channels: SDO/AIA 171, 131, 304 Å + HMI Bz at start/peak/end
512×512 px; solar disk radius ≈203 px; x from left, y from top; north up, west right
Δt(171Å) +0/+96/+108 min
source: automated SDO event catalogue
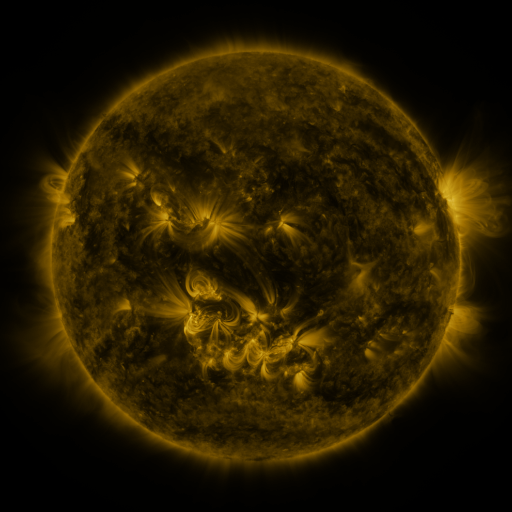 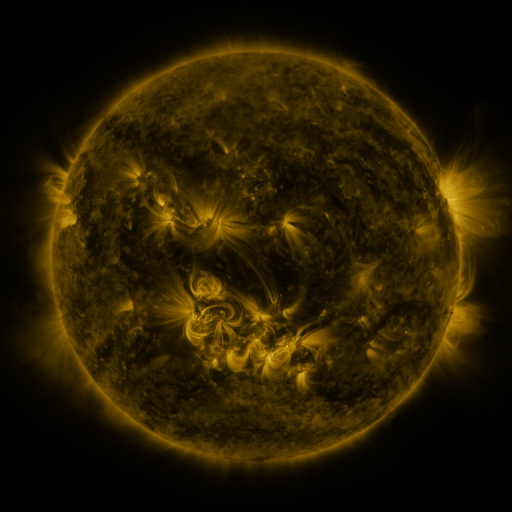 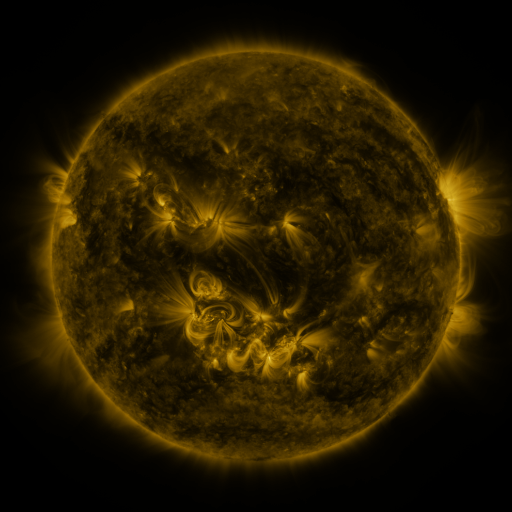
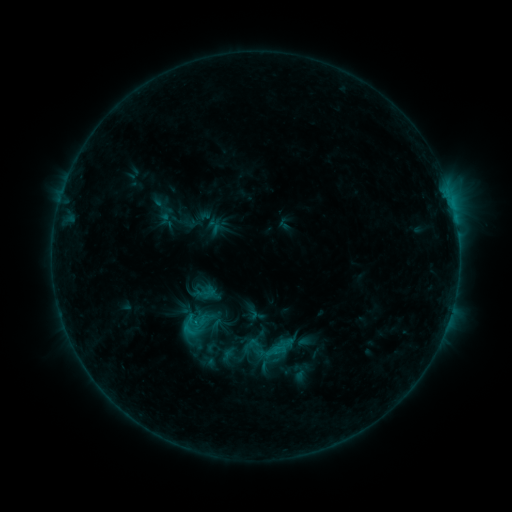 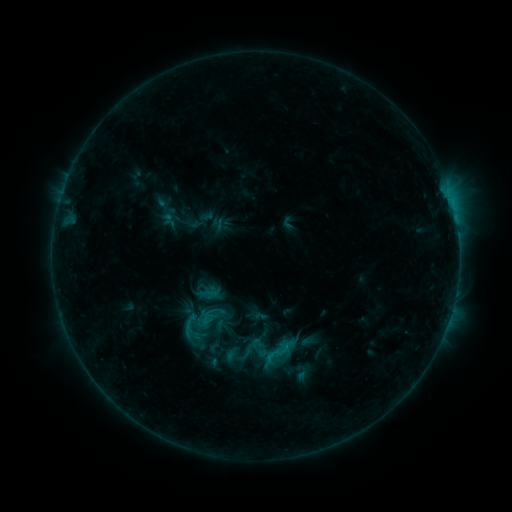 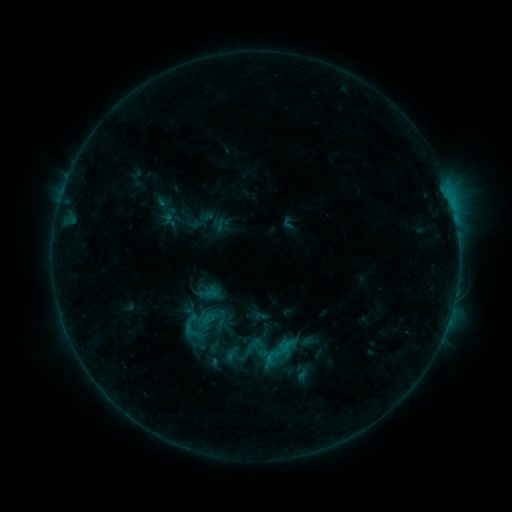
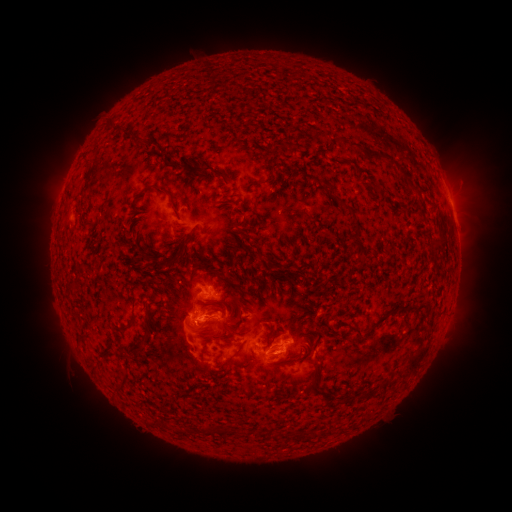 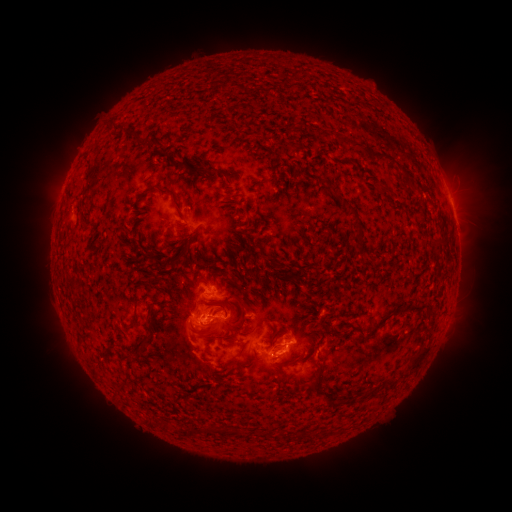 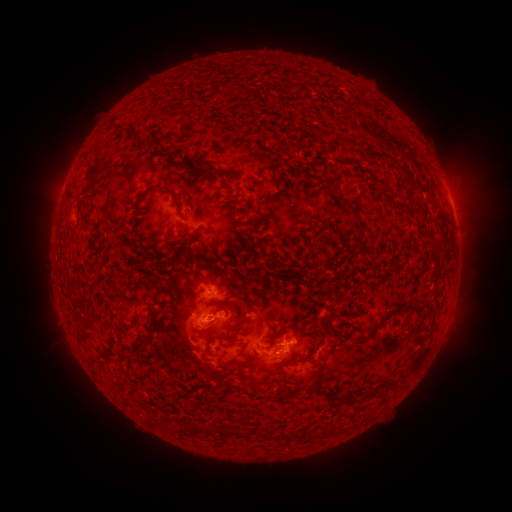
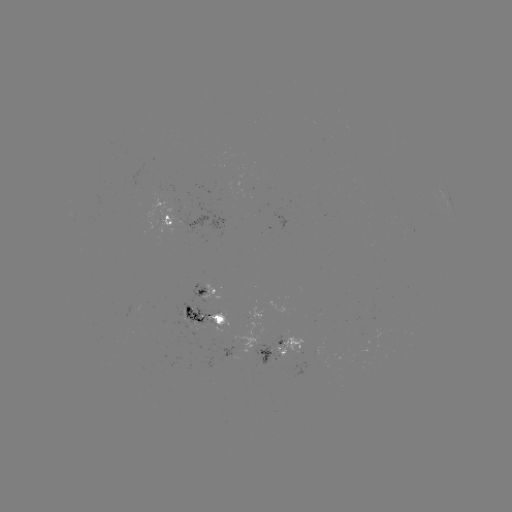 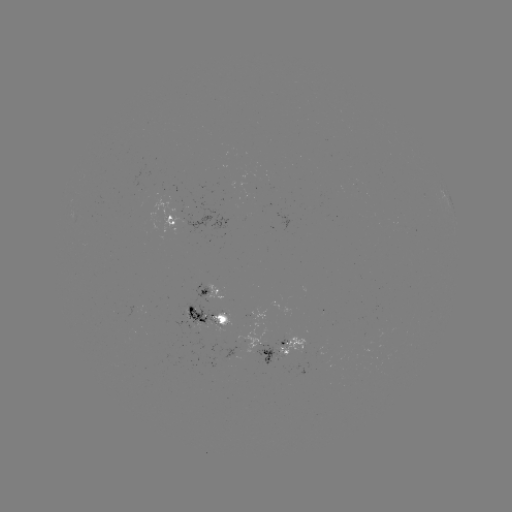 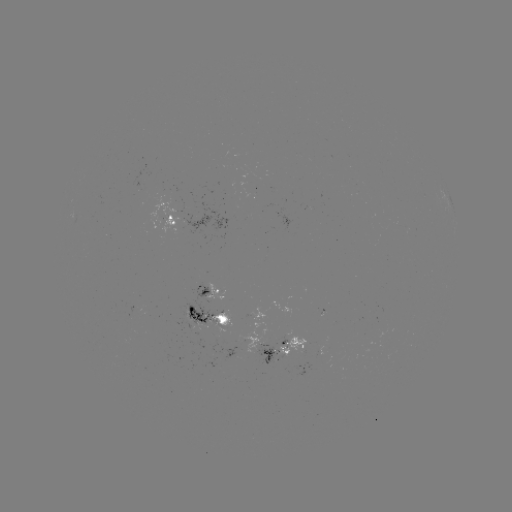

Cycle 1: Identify emerging-flux region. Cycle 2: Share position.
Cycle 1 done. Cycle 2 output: (286, 351).